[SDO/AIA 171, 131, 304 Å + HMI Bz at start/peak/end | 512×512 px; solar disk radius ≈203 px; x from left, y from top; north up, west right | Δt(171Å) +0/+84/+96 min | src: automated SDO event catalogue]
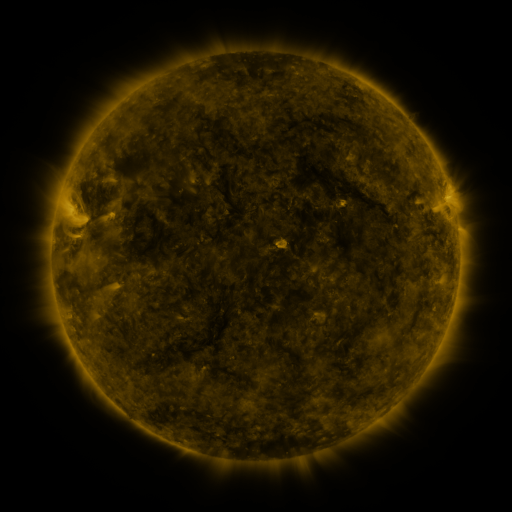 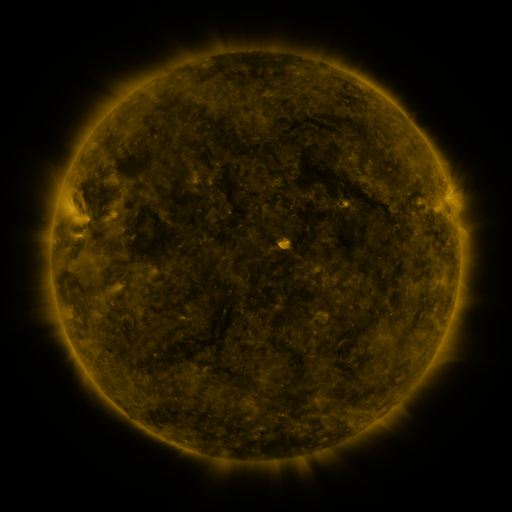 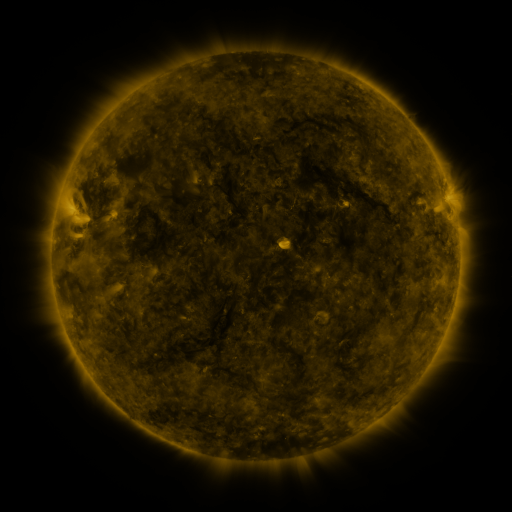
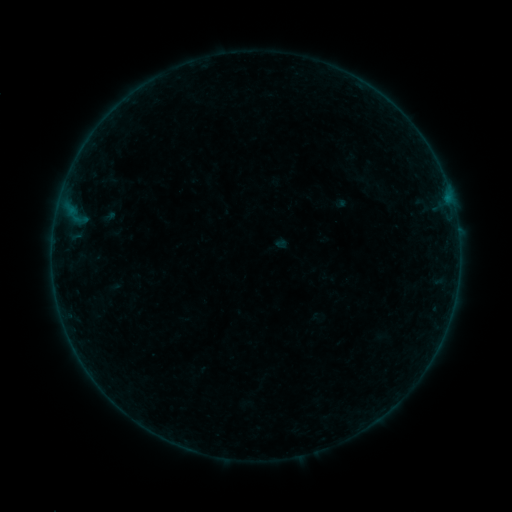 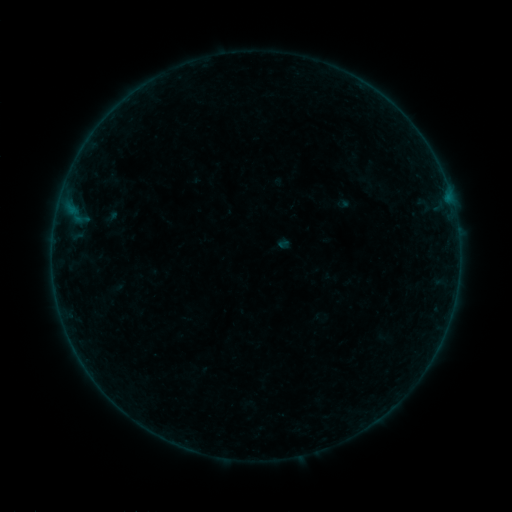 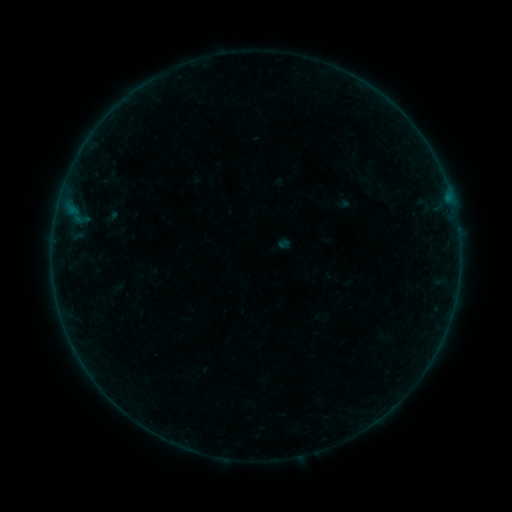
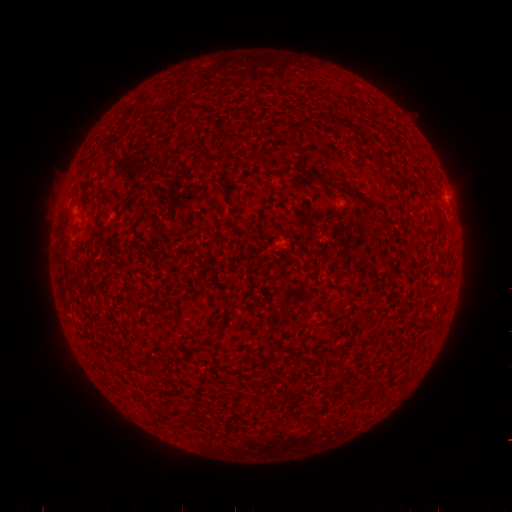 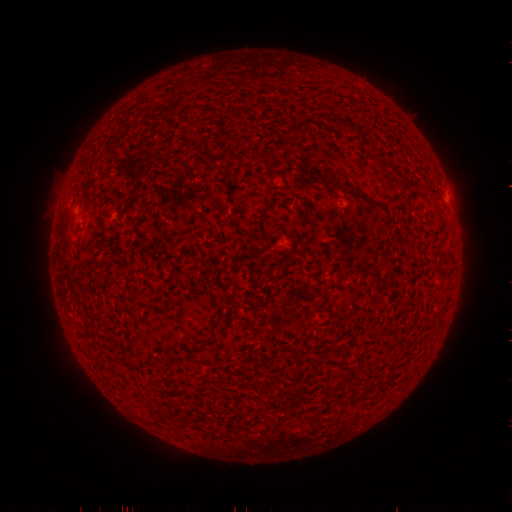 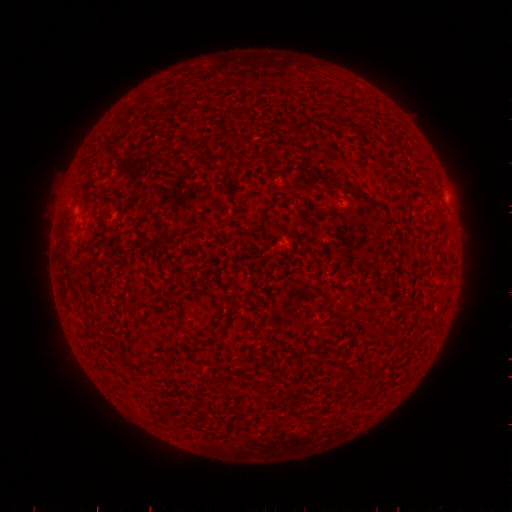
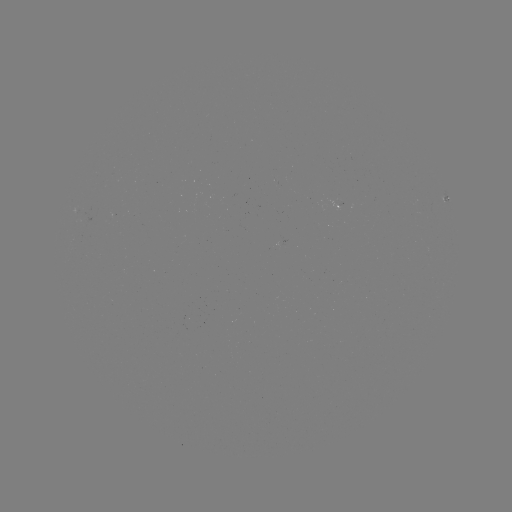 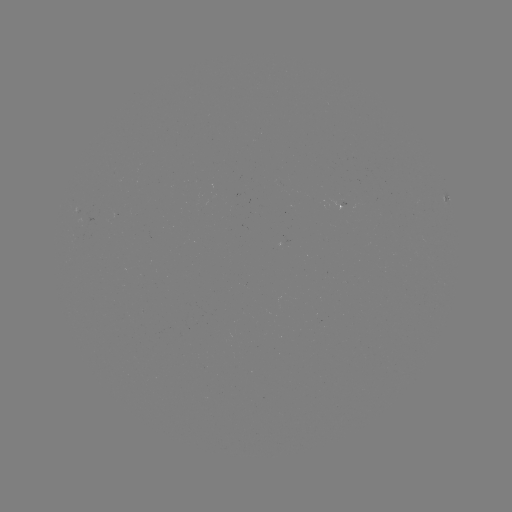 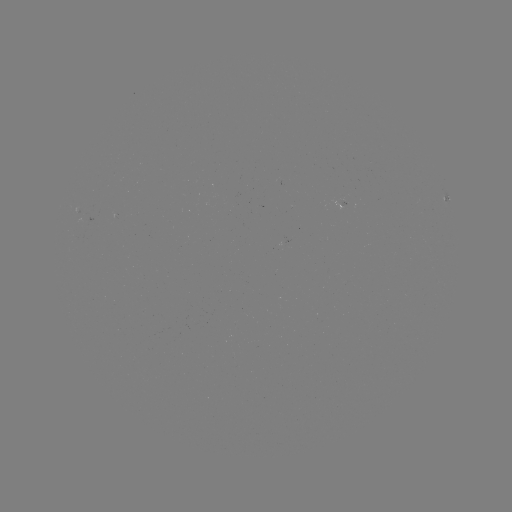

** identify emerging-flux region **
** (342, 204) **